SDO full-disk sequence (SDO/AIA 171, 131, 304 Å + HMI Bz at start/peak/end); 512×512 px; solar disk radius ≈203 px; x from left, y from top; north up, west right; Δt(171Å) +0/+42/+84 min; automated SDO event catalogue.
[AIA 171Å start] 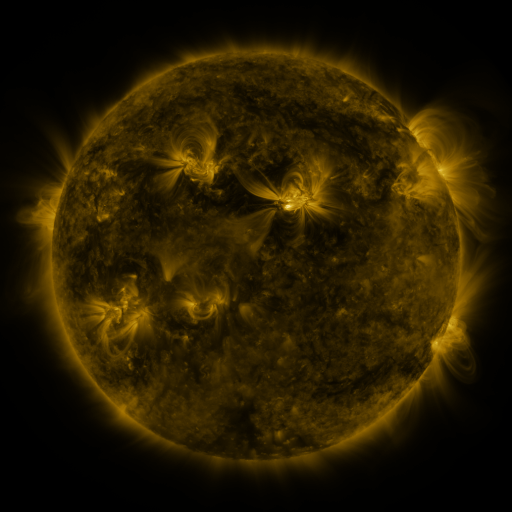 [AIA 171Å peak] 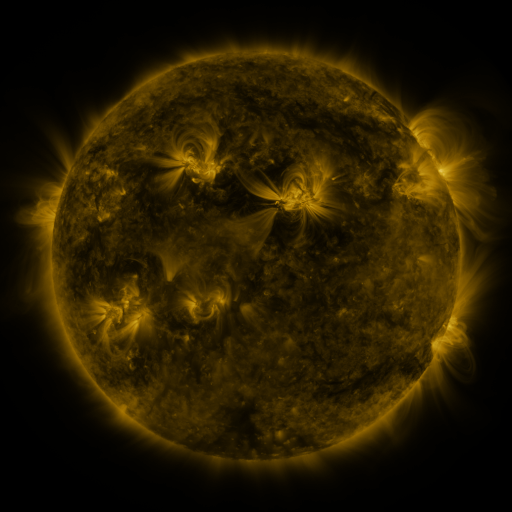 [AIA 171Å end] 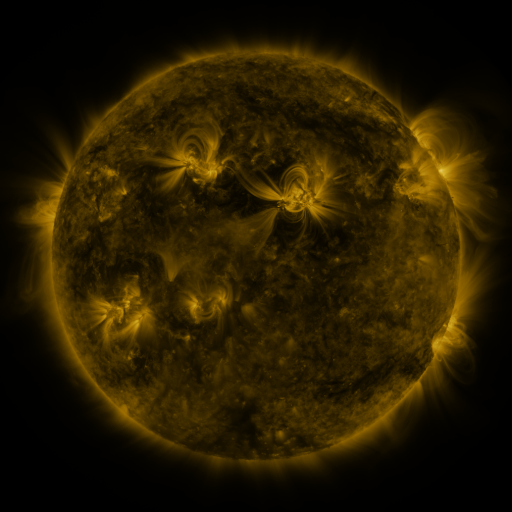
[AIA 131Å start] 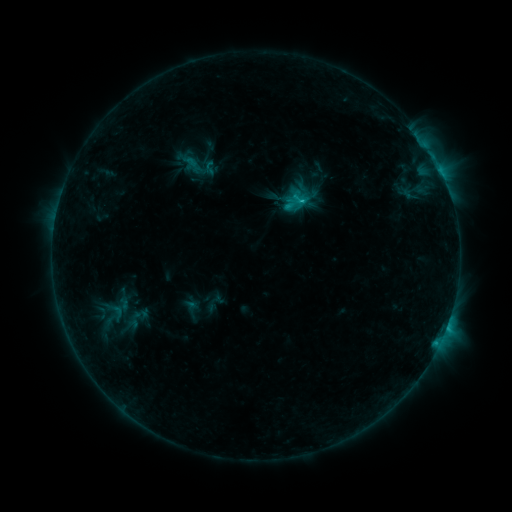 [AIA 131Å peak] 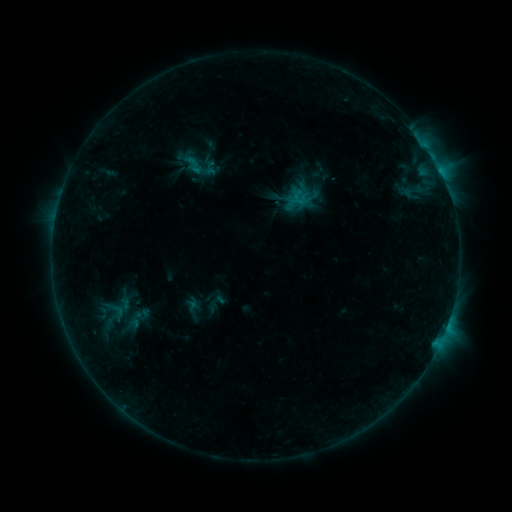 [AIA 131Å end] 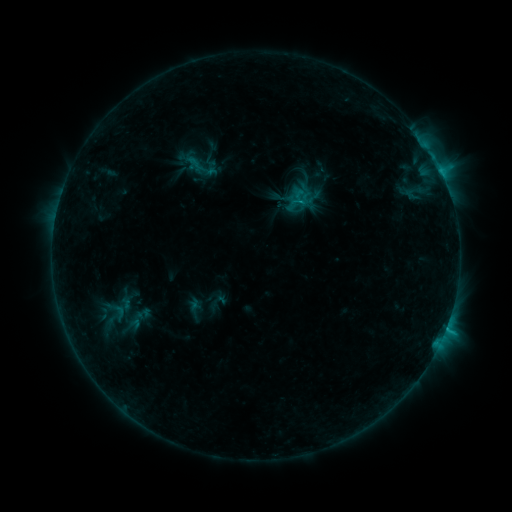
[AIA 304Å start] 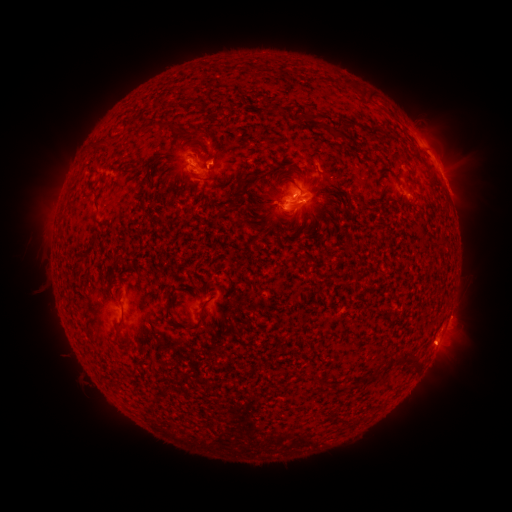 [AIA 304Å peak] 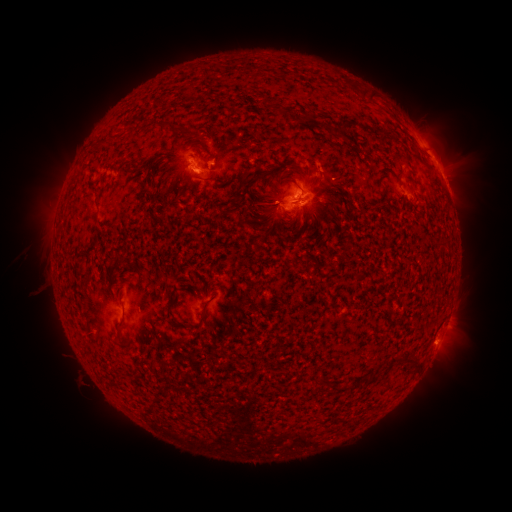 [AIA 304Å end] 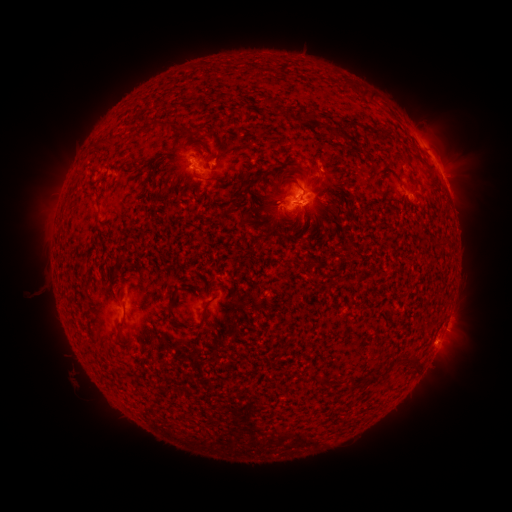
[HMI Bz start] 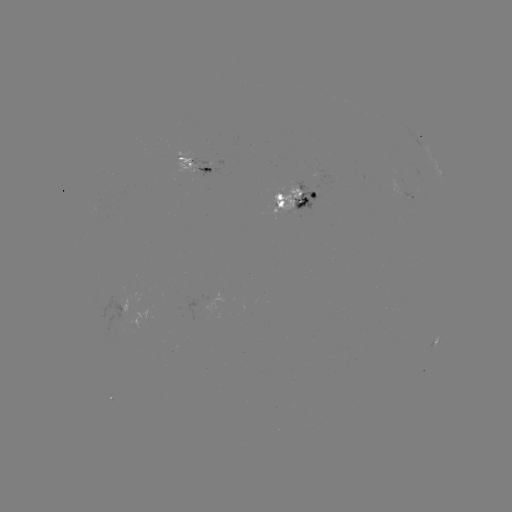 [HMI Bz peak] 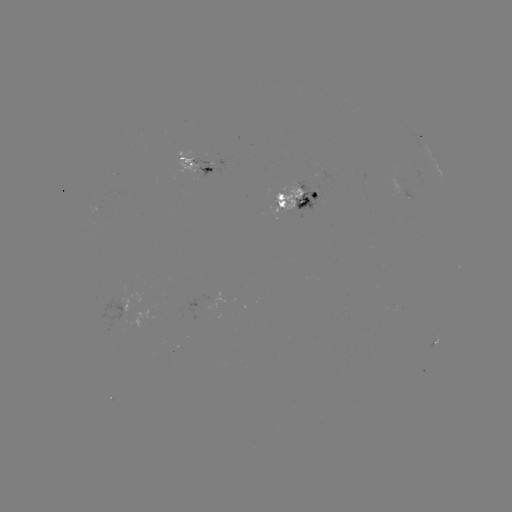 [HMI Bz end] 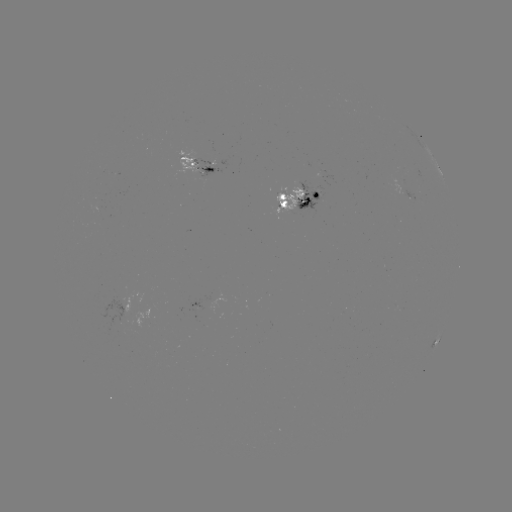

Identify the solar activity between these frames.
emerging-flux region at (120, 312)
